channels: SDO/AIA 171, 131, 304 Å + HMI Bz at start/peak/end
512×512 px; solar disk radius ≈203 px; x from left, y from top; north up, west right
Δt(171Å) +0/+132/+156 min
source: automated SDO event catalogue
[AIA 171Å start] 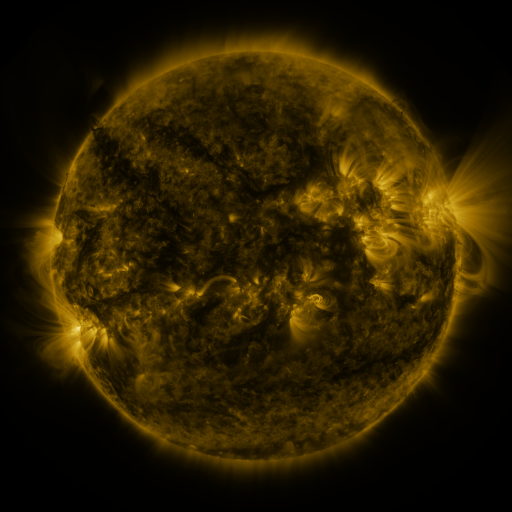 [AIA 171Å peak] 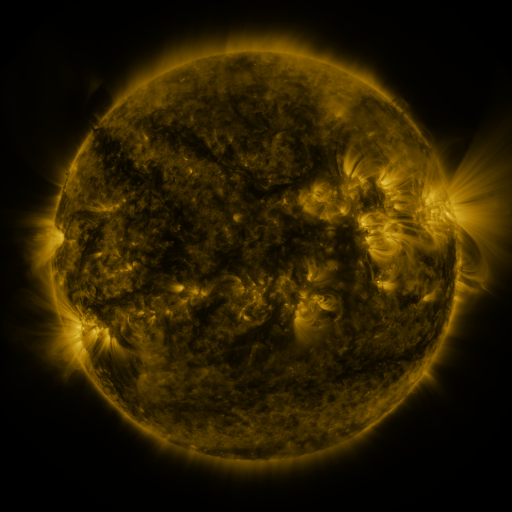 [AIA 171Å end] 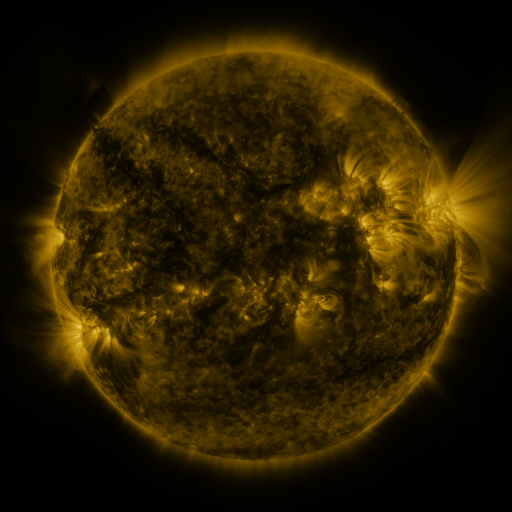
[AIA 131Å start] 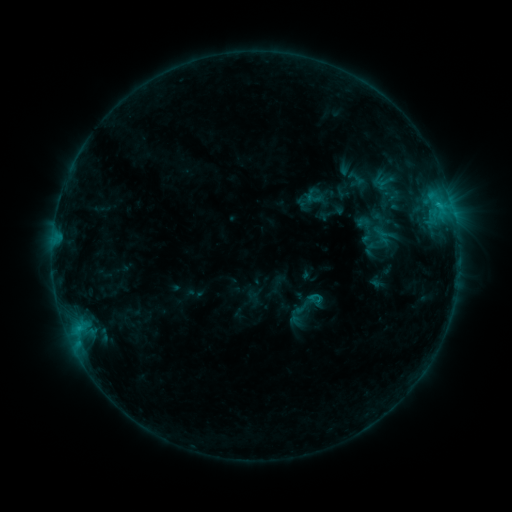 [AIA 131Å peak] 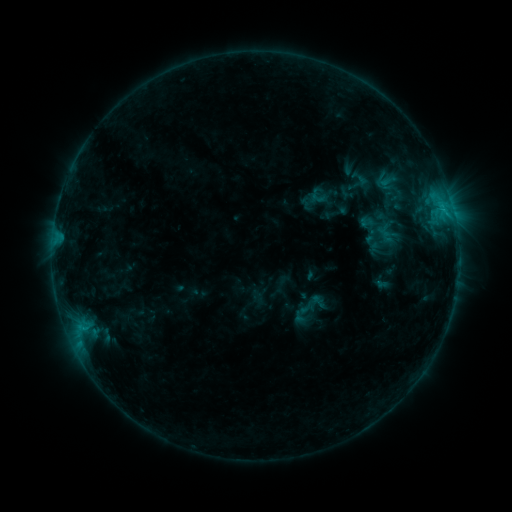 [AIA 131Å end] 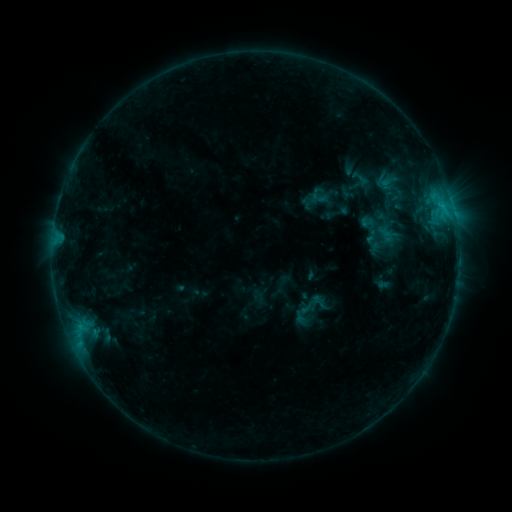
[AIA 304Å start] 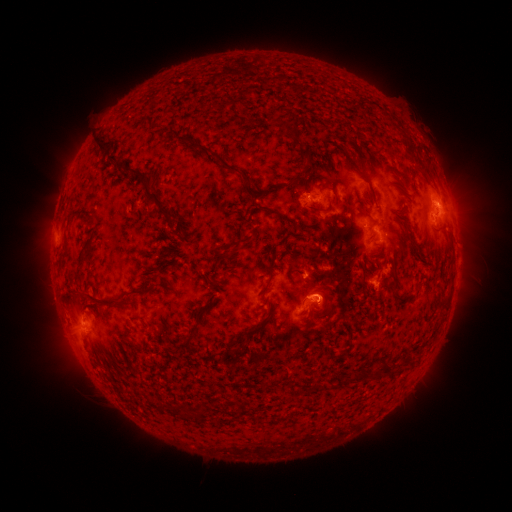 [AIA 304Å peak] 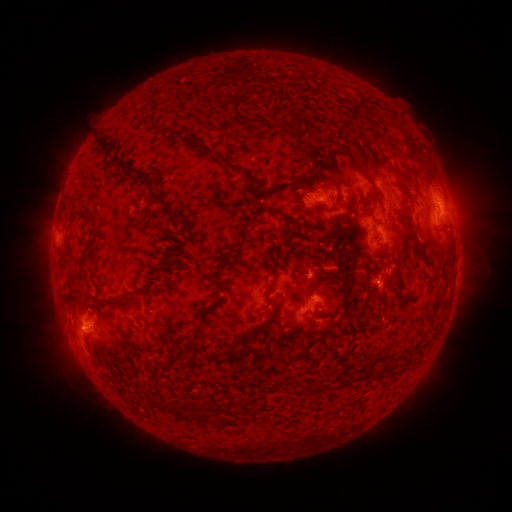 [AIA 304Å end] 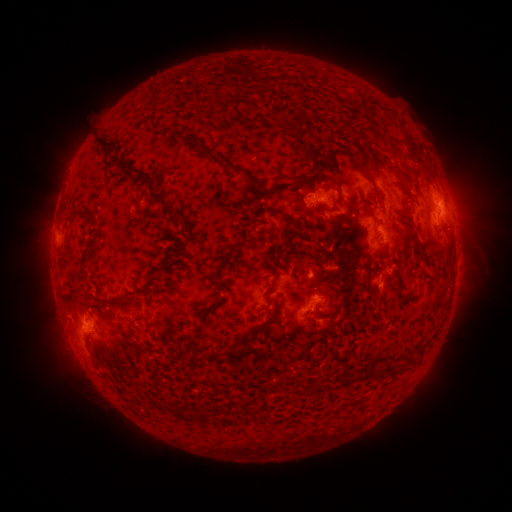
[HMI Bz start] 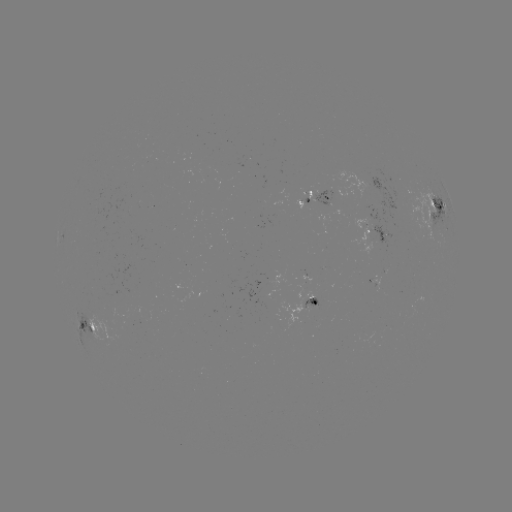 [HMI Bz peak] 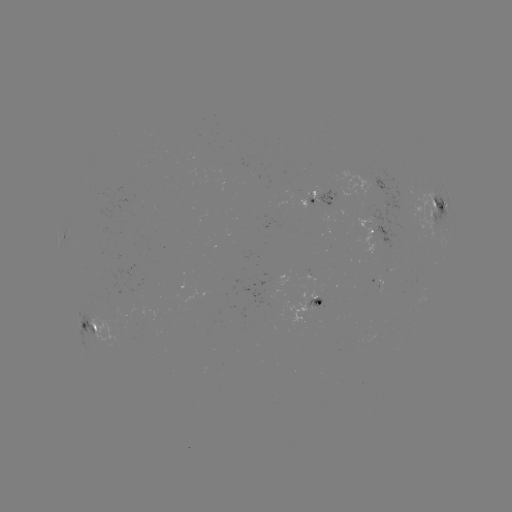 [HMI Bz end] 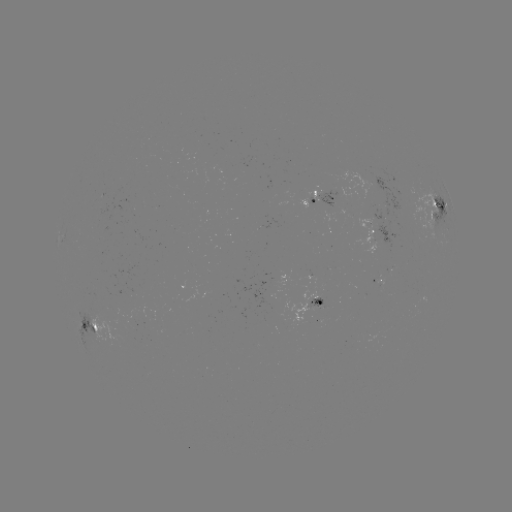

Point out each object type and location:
emerging-flux region: (316, 195)
